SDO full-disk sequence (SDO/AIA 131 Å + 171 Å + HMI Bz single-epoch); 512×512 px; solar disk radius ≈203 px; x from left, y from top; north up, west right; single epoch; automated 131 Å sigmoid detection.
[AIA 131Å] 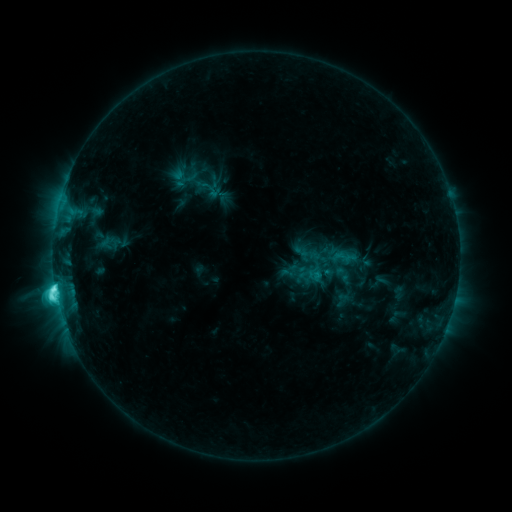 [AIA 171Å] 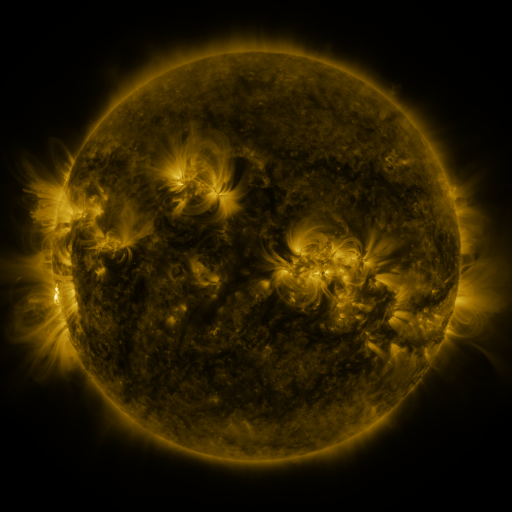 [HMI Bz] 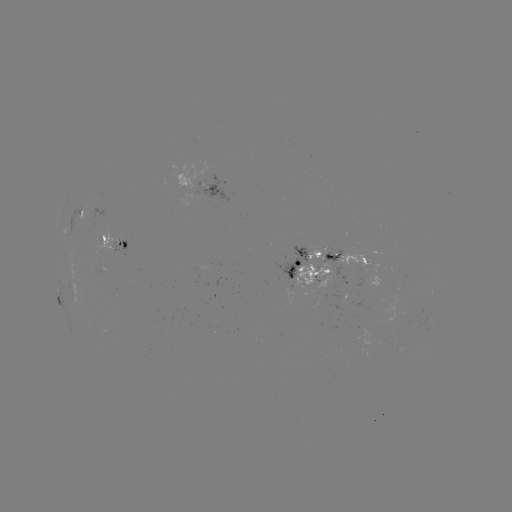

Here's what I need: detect sigmoid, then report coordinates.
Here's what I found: sigmoid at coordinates (201, 182).